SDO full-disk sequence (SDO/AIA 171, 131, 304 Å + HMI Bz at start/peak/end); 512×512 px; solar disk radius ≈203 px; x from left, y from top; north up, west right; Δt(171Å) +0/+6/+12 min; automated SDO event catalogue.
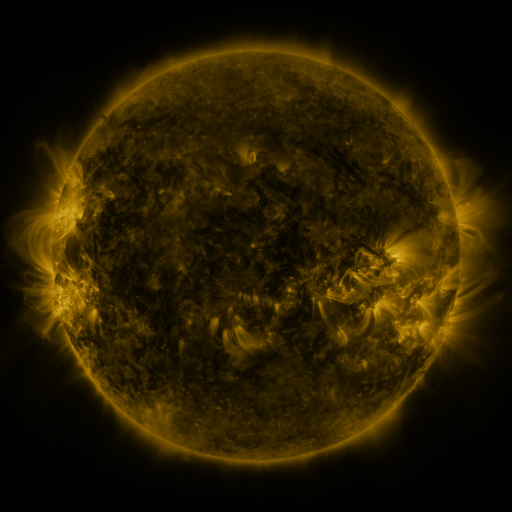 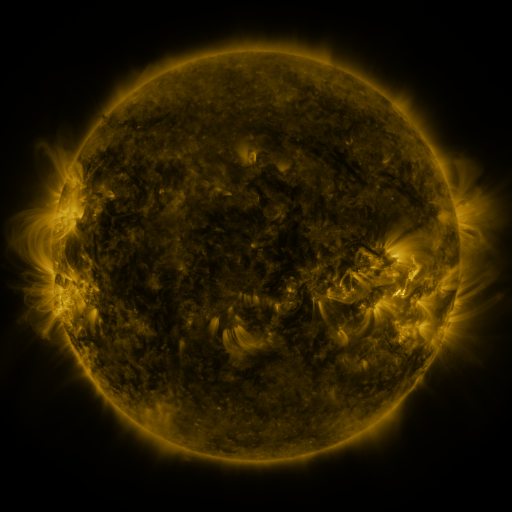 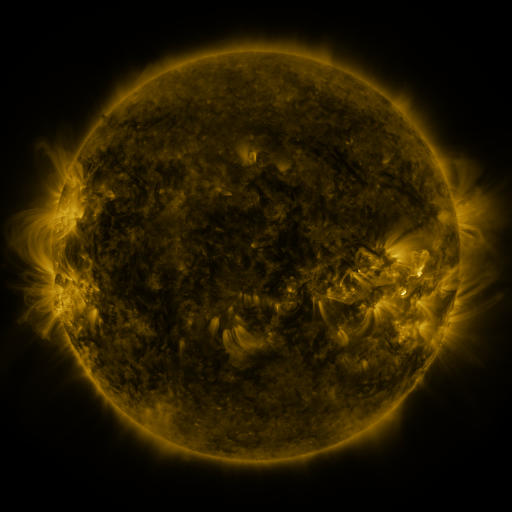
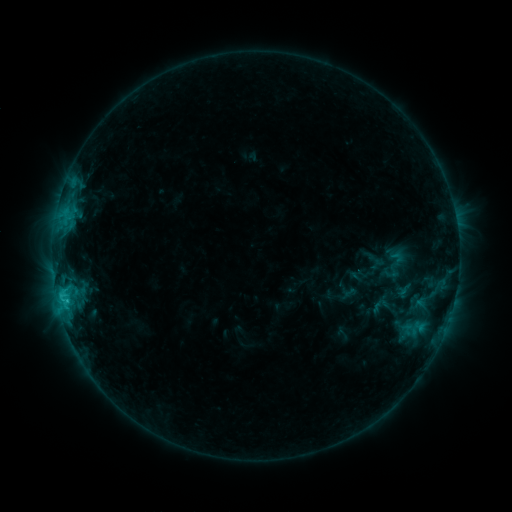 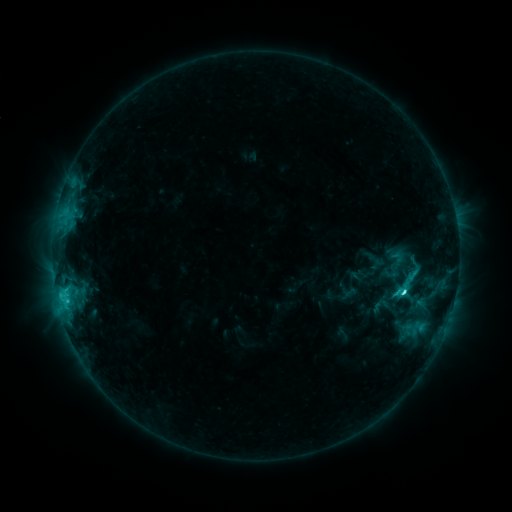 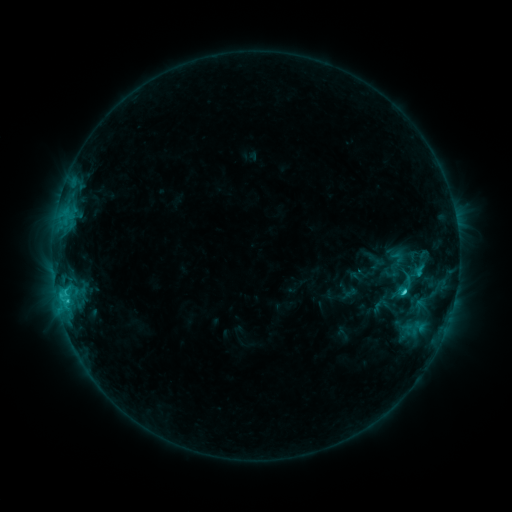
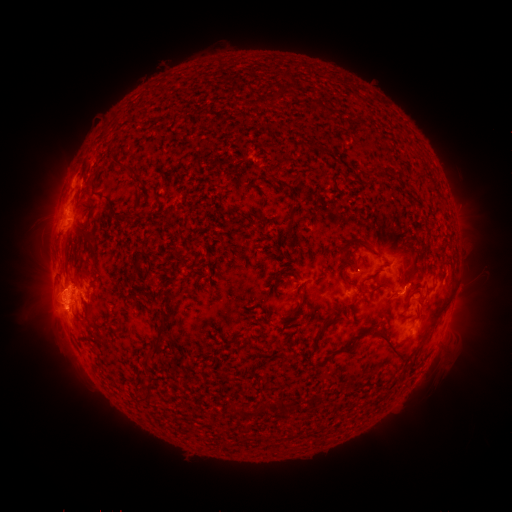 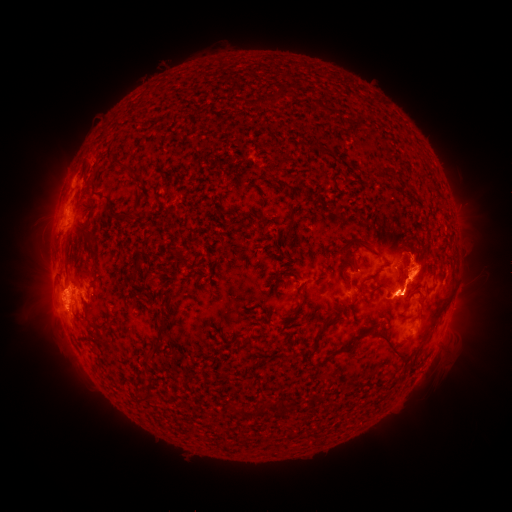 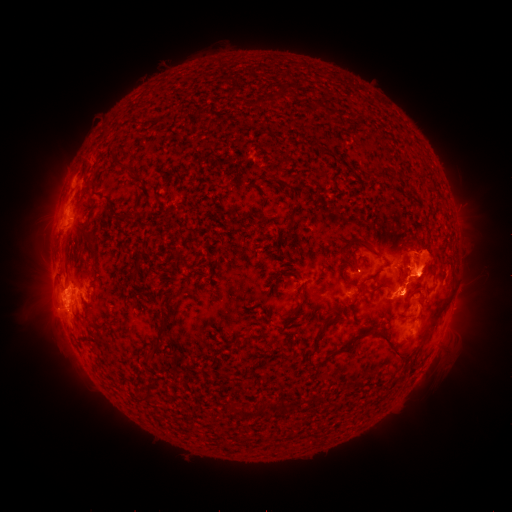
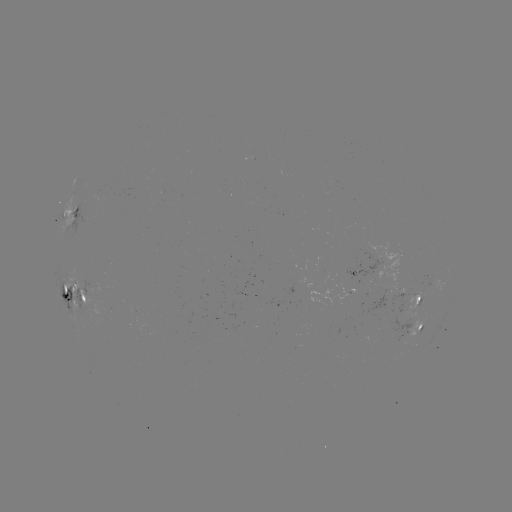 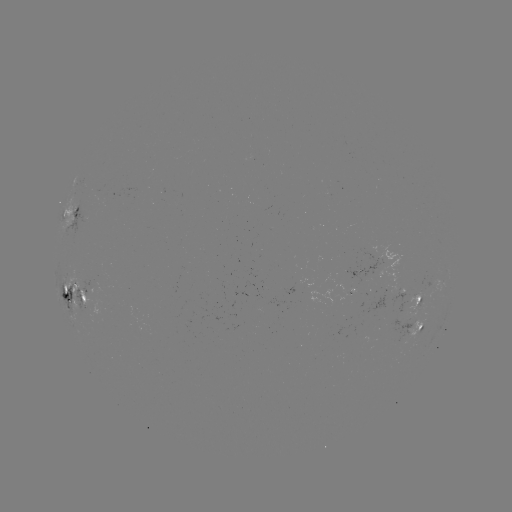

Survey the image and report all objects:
eruption: (414, 345)
